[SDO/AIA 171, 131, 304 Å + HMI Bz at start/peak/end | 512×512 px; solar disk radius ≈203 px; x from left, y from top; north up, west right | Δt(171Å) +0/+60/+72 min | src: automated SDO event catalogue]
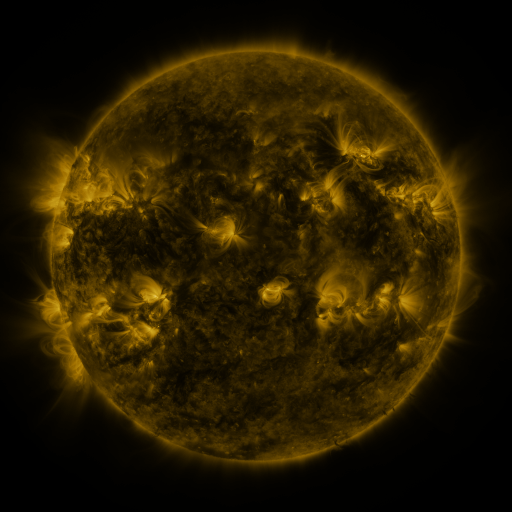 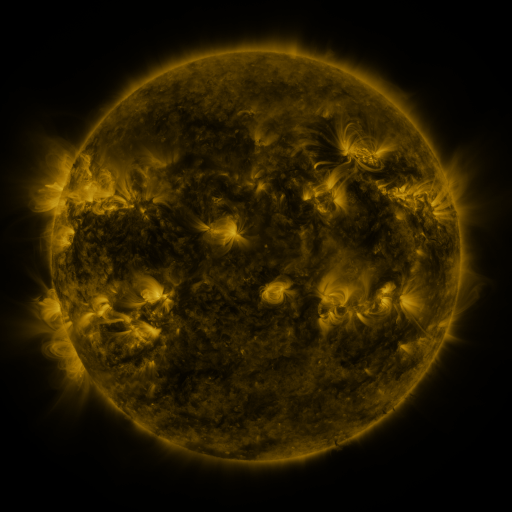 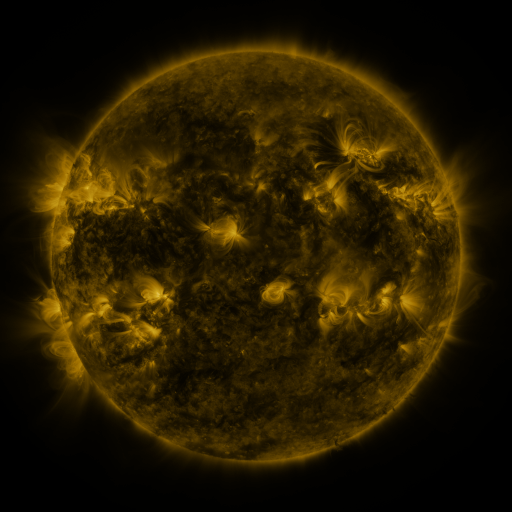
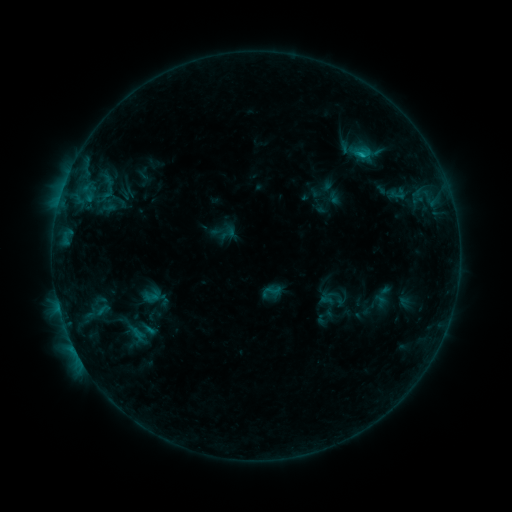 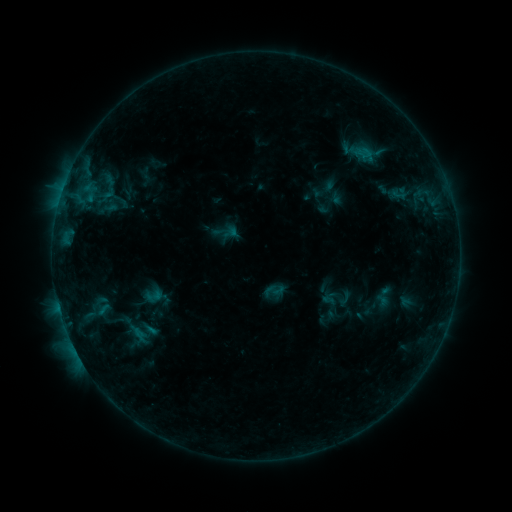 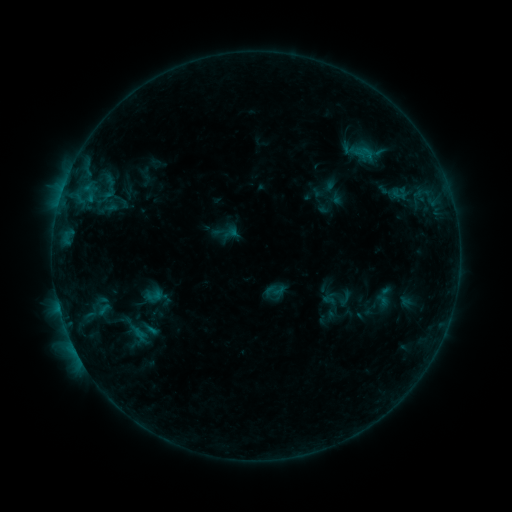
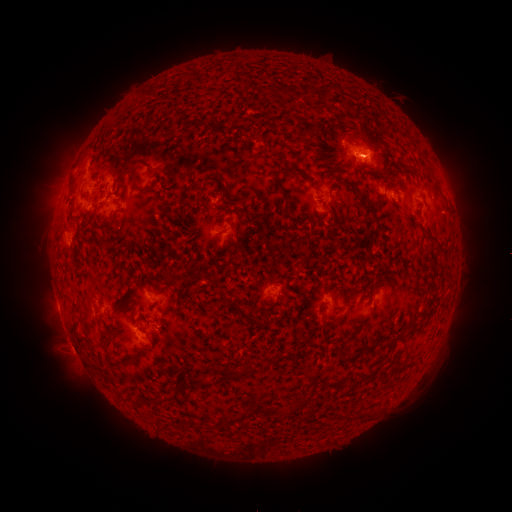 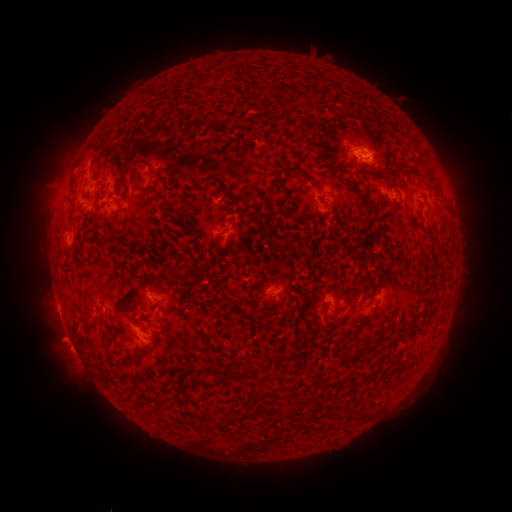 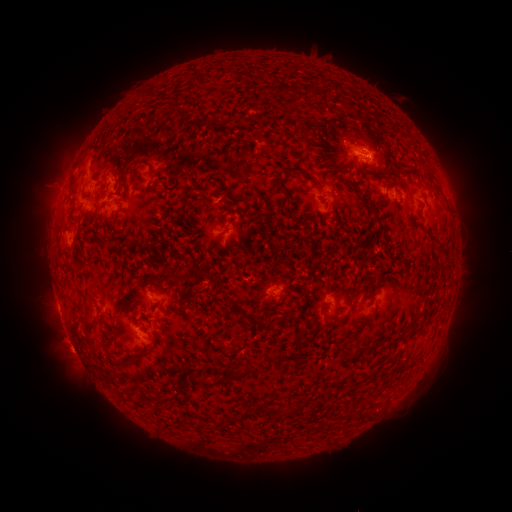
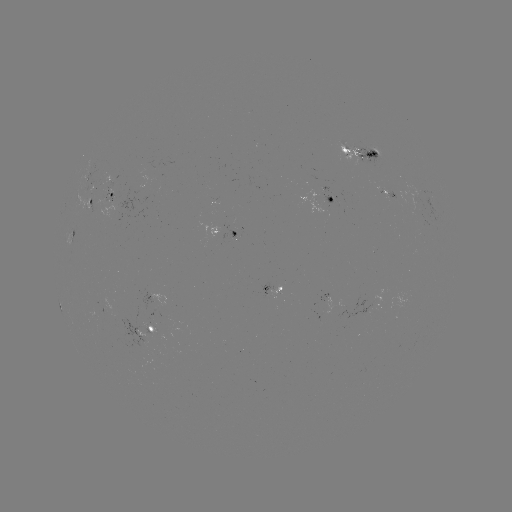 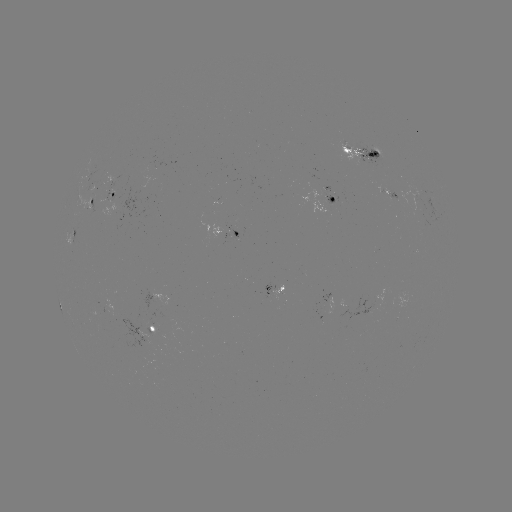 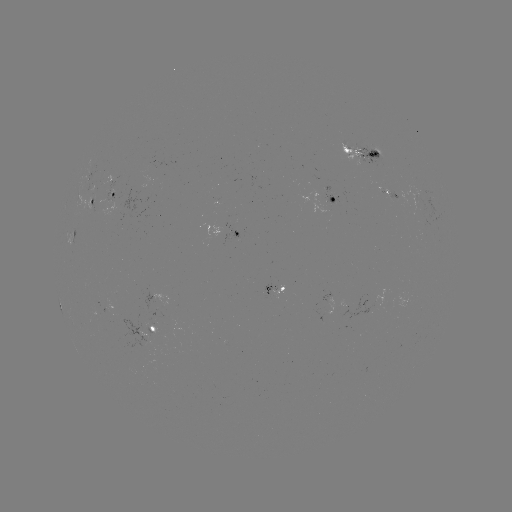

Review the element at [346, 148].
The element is emerging-flux region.